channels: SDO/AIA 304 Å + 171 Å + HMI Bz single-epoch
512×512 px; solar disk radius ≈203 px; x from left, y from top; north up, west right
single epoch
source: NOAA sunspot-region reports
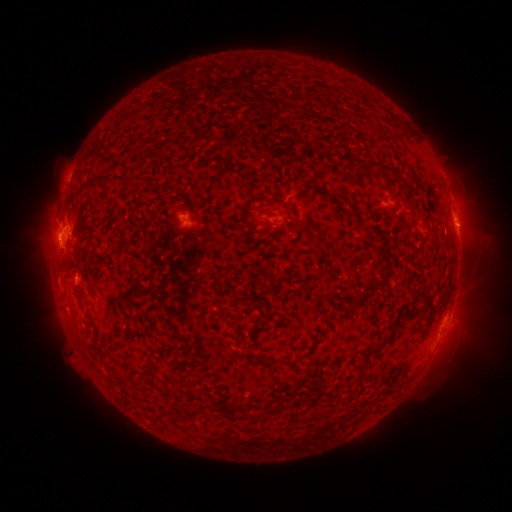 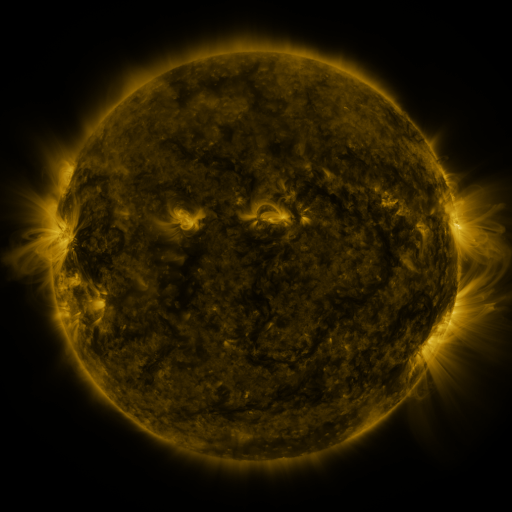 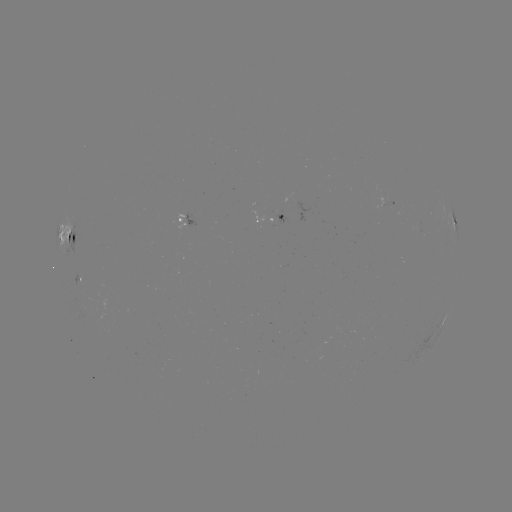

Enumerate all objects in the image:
spotted active region: (389, 197)
spotted active region: (266, 219)
spotted active region: (188, 221)
spotted active region: (456, 224)
spotted active region: (69, 244)
spotted active region: (78, 278)
spotted active region: (444, 319)
